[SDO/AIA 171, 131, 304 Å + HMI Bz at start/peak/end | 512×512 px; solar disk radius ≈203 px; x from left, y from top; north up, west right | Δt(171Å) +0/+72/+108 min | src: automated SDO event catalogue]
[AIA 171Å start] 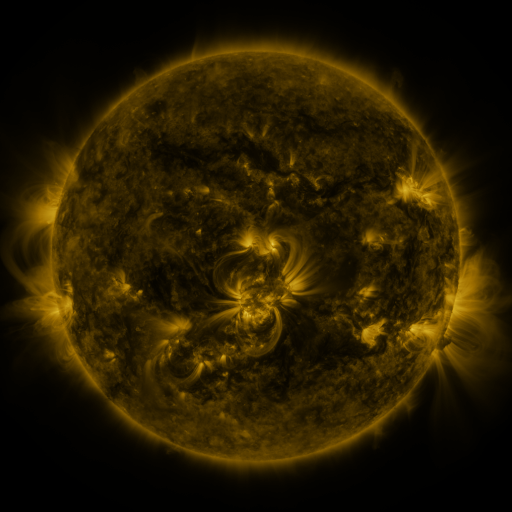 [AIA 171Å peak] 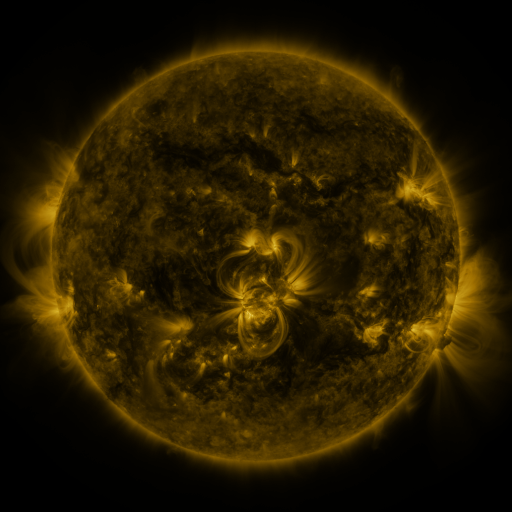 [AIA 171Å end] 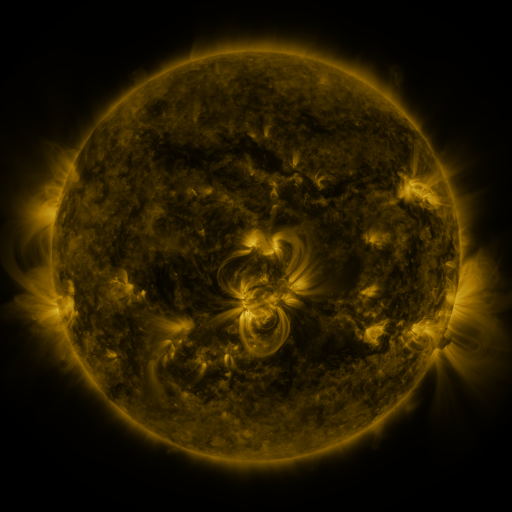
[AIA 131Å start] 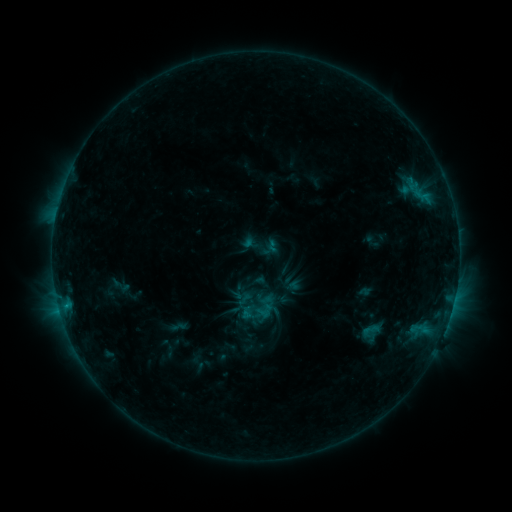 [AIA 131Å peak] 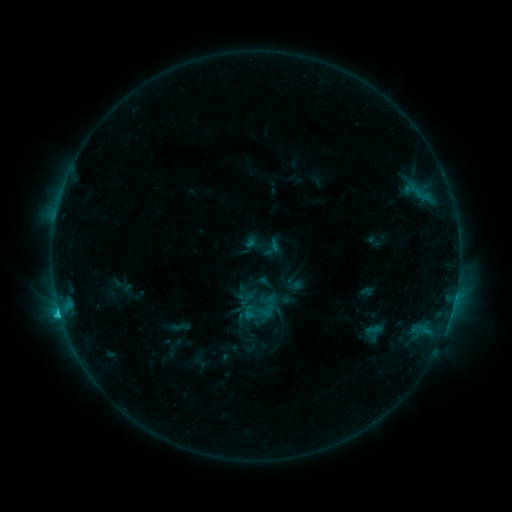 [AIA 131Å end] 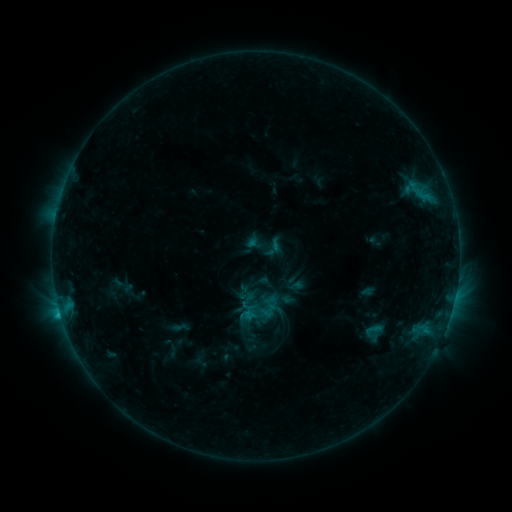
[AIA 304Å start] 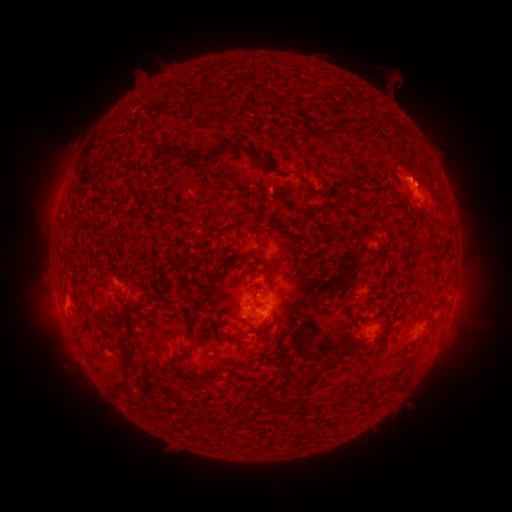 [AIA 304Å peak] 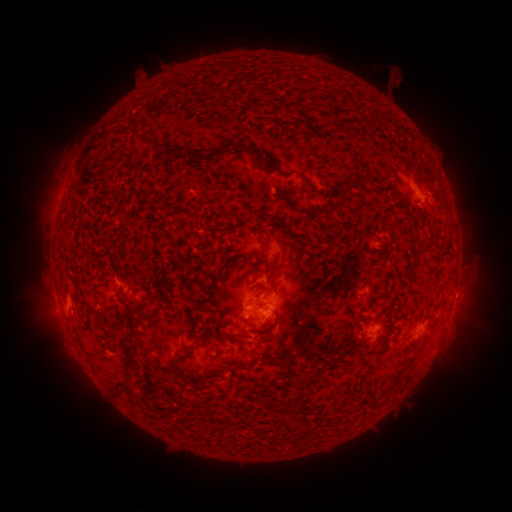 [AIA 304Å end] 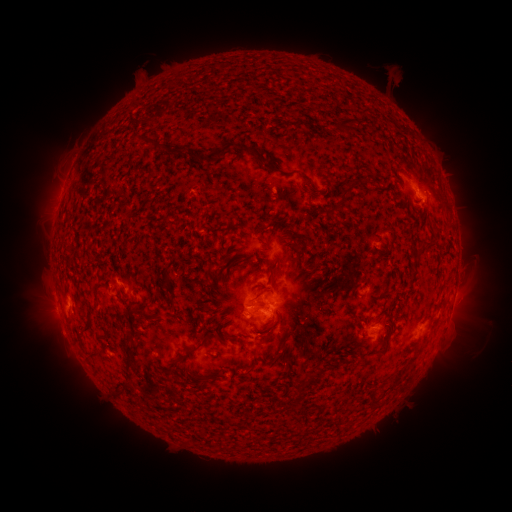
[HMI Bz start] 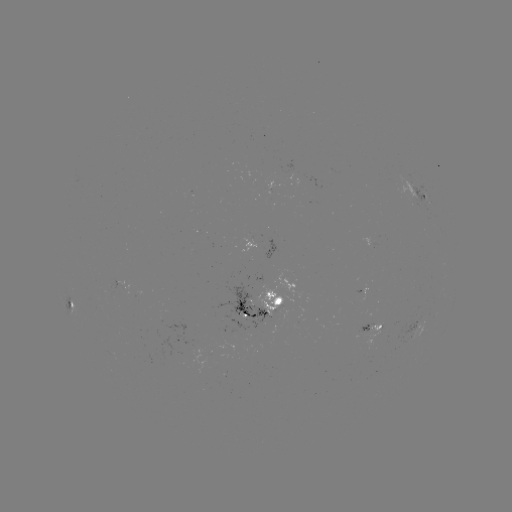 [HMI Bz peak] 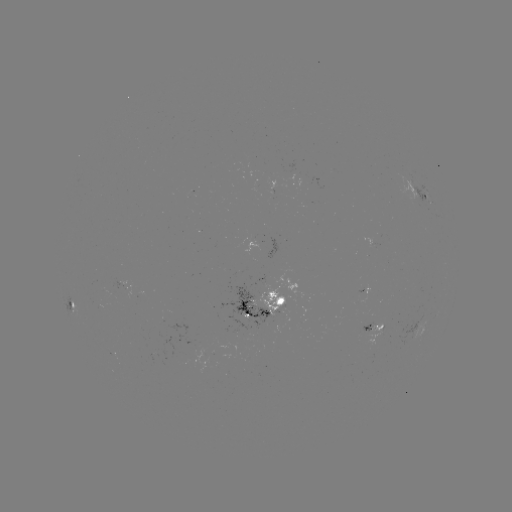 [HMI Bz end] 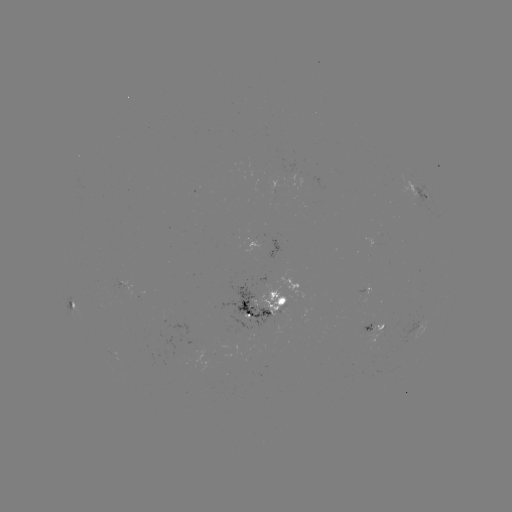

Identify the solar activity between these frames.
emerging-flux region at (113, 355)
